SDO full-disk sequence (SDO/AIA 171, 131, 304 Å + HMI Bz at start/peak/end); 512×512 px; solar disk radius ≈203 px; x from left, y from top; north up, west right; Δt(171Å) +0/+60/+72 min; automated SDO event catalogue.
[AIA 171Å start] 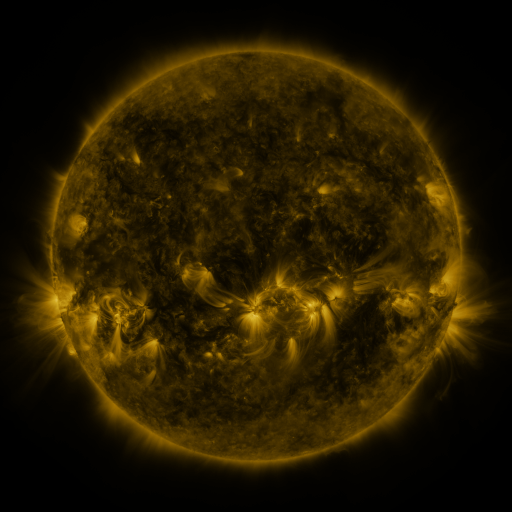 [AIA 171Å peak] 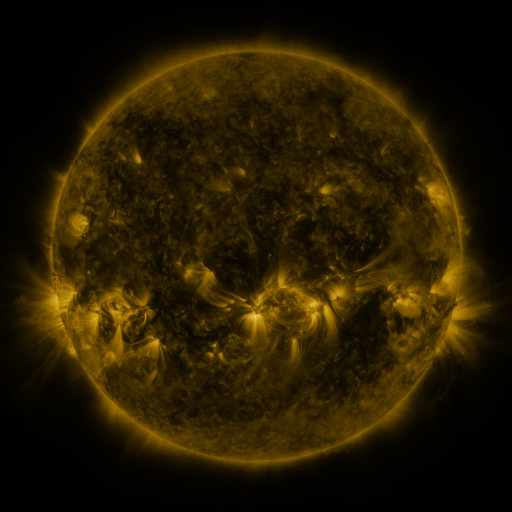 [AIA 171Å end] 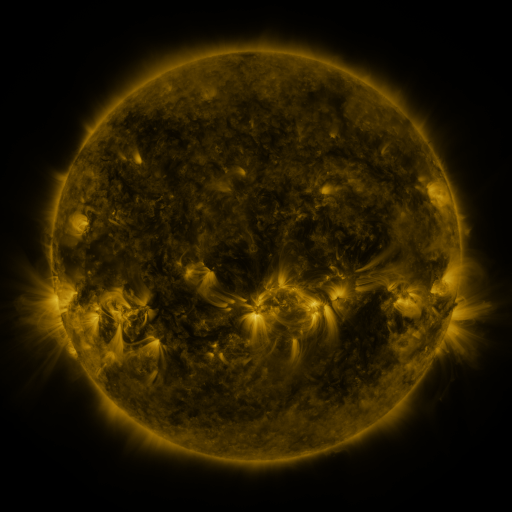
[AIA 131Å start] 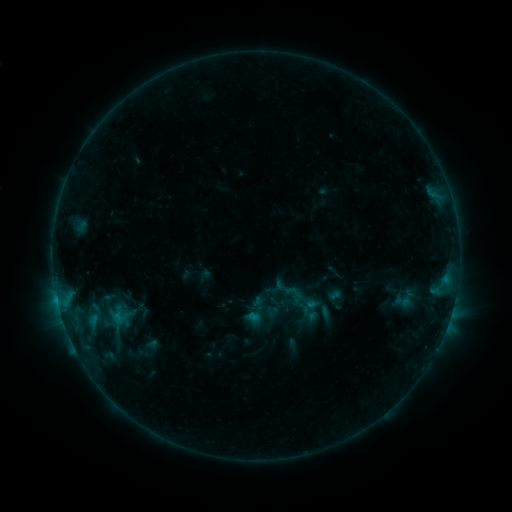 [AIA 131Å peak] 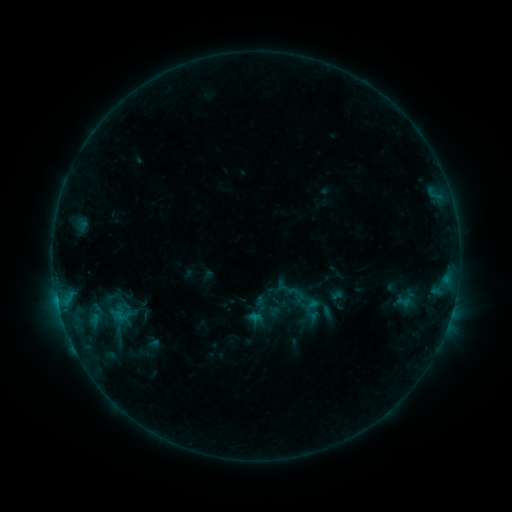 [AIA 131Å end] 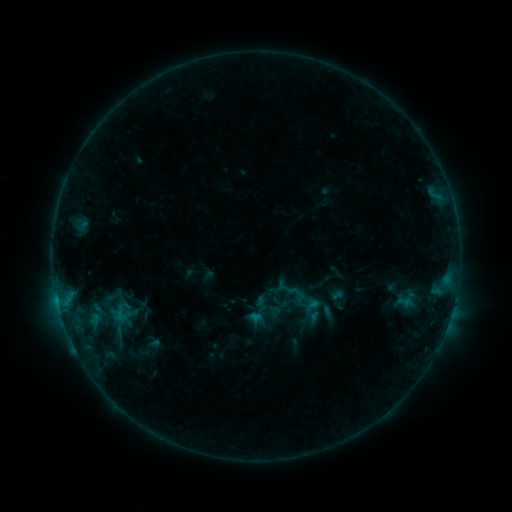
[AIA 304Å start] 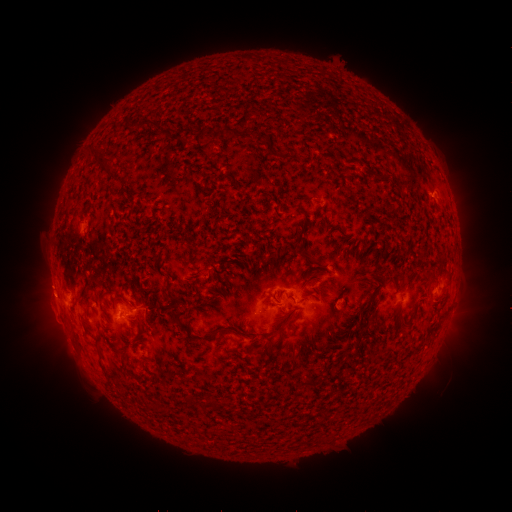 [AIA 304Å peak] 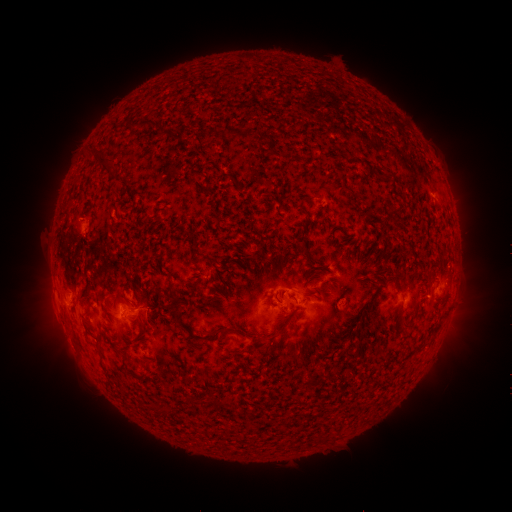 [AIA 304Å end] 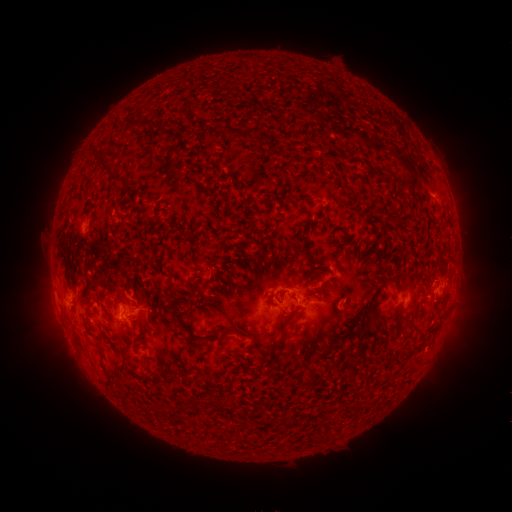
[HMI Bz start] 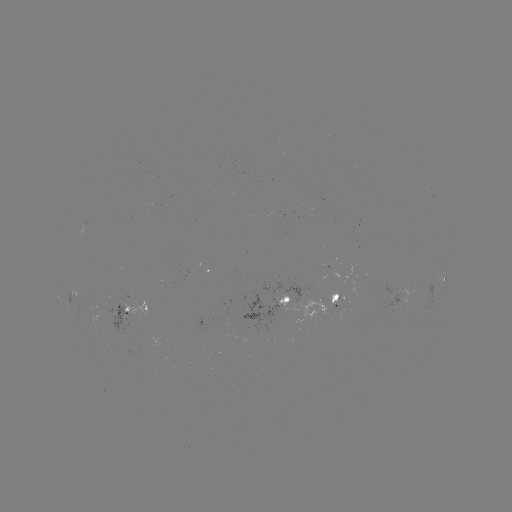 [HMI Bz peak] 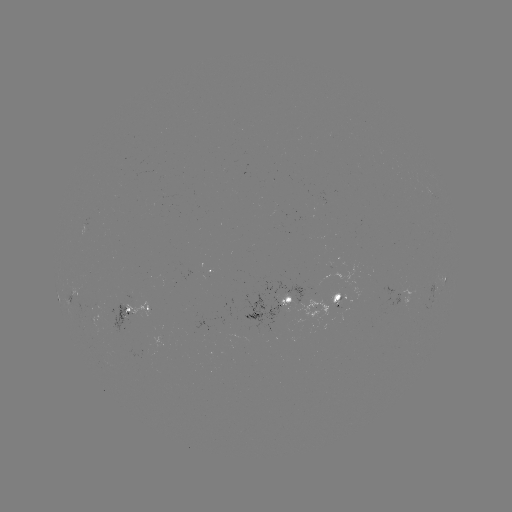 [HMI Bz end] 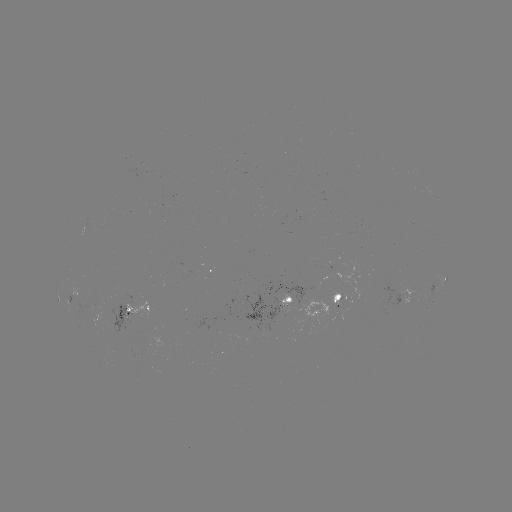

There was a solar emerging-flux region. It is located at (342, 310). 